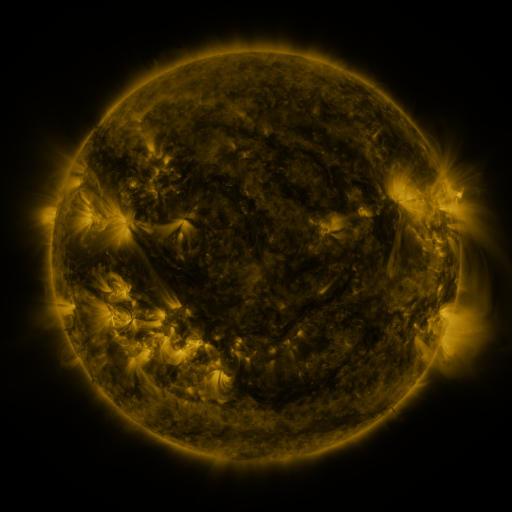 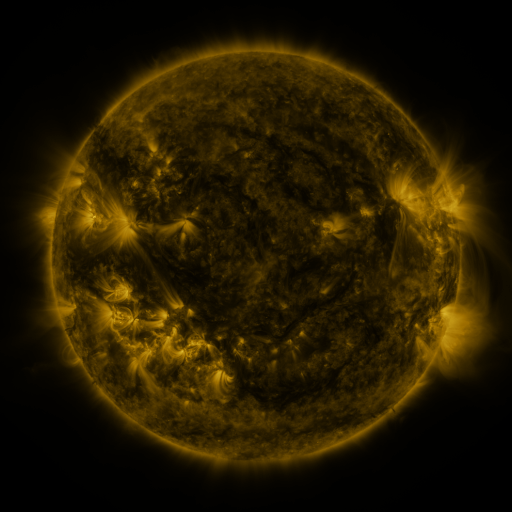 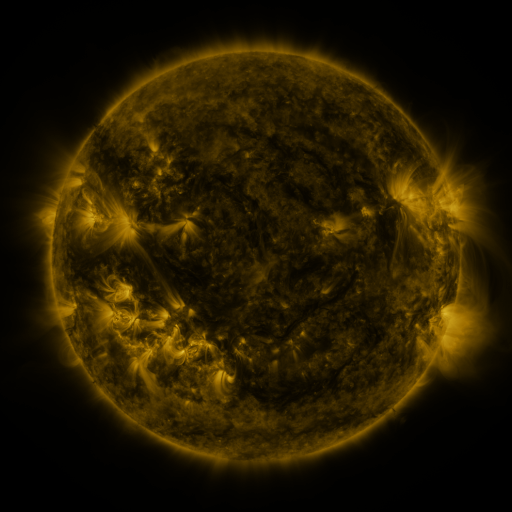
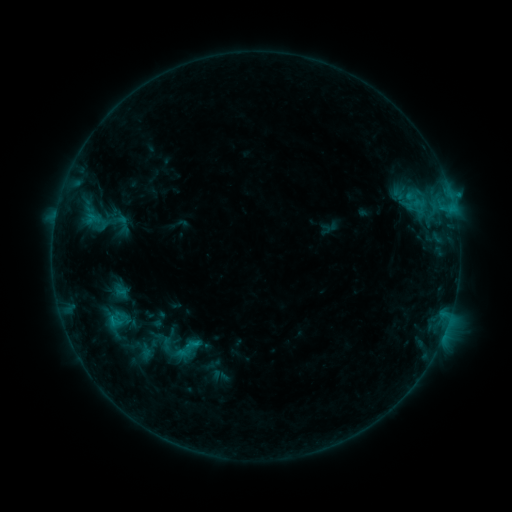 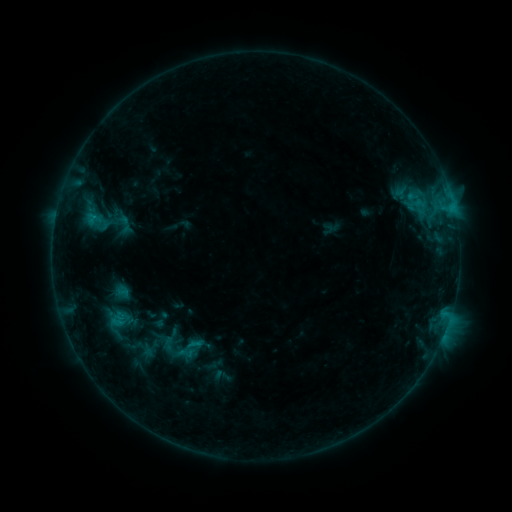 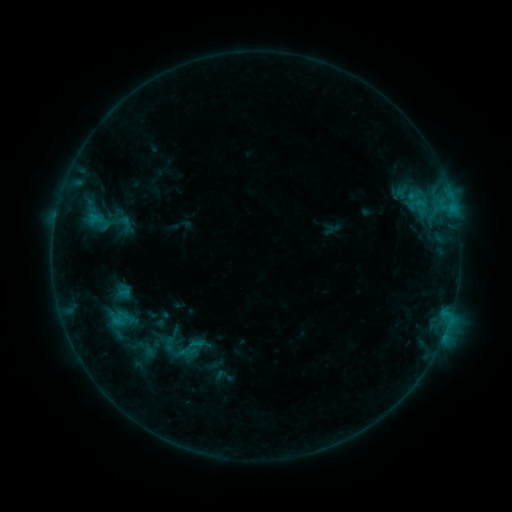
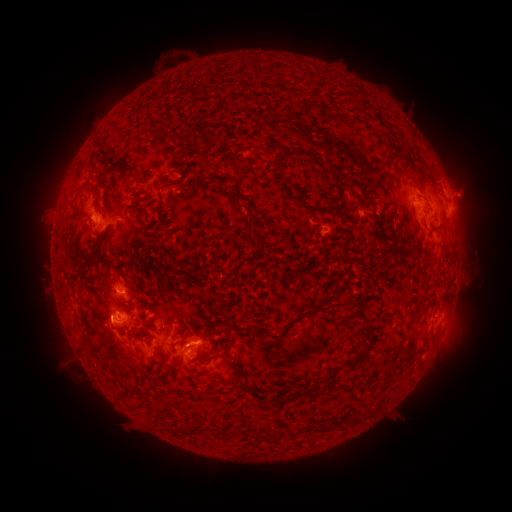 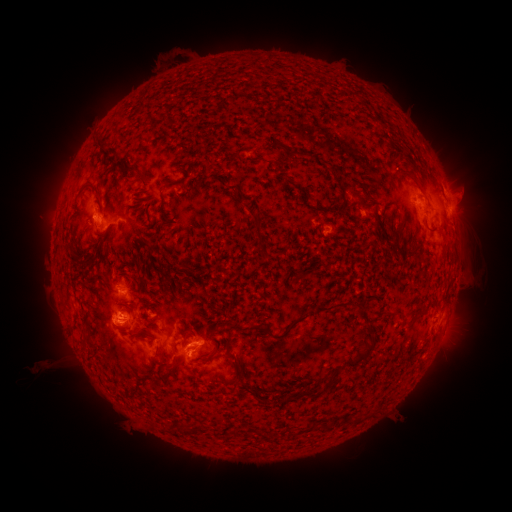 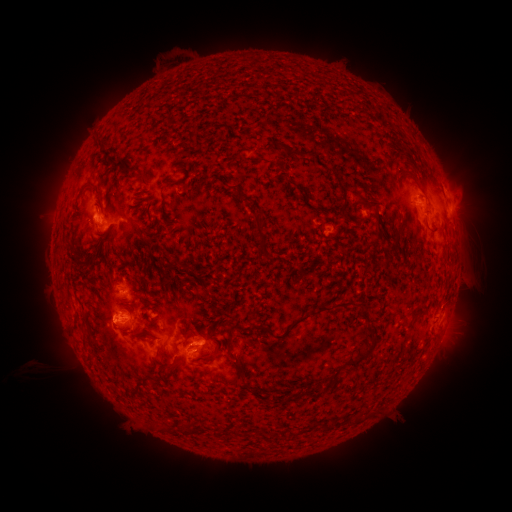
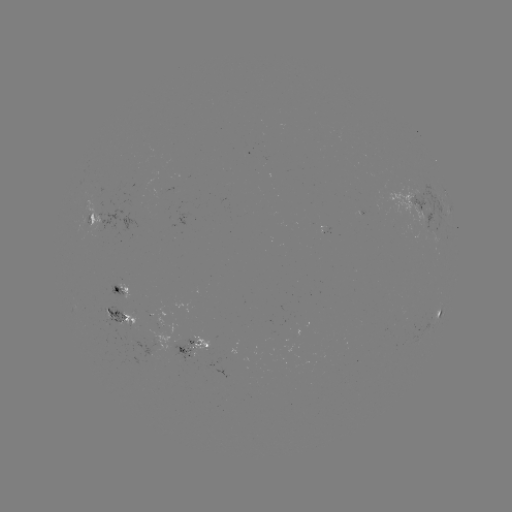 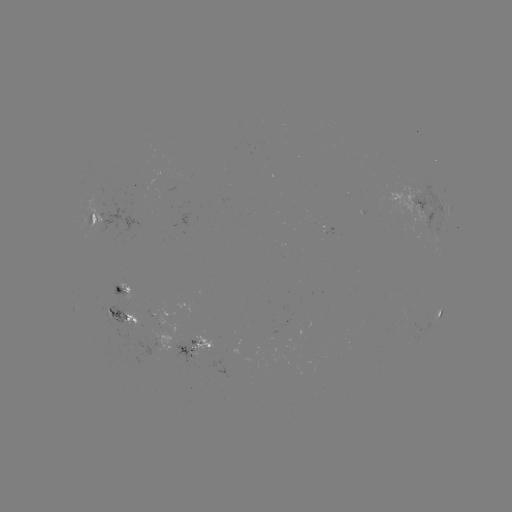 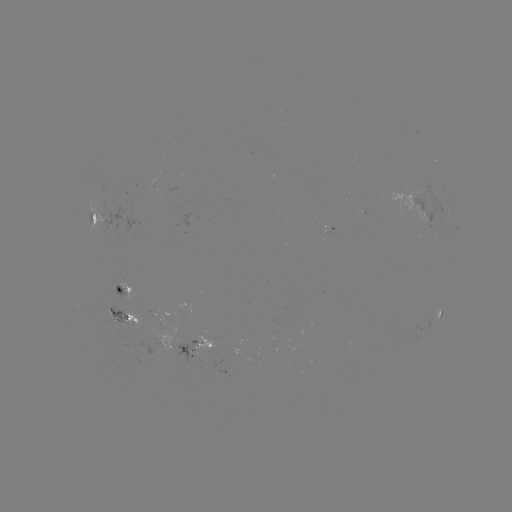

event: emerging-flux region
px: (183, 343)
